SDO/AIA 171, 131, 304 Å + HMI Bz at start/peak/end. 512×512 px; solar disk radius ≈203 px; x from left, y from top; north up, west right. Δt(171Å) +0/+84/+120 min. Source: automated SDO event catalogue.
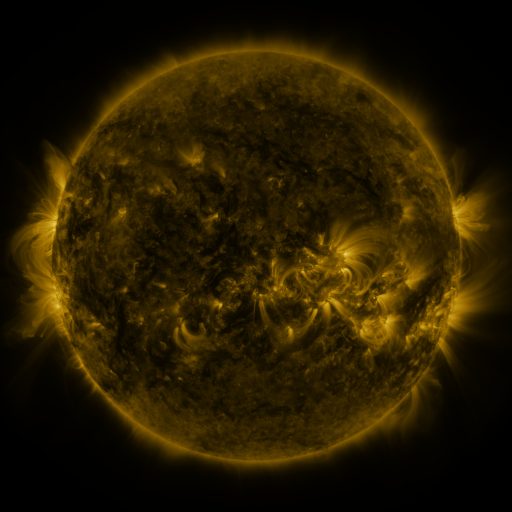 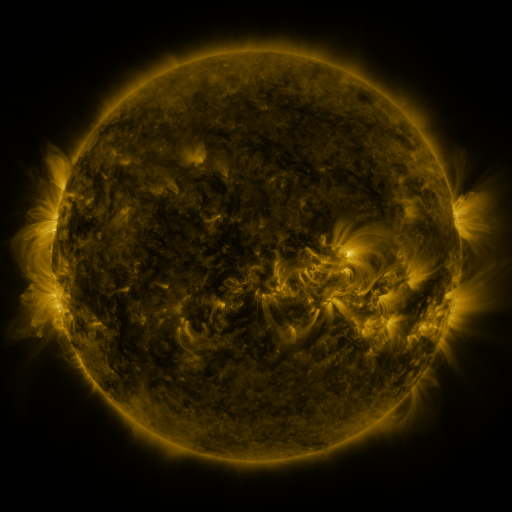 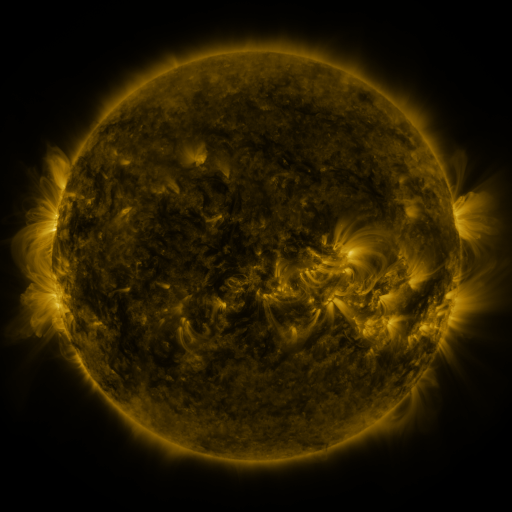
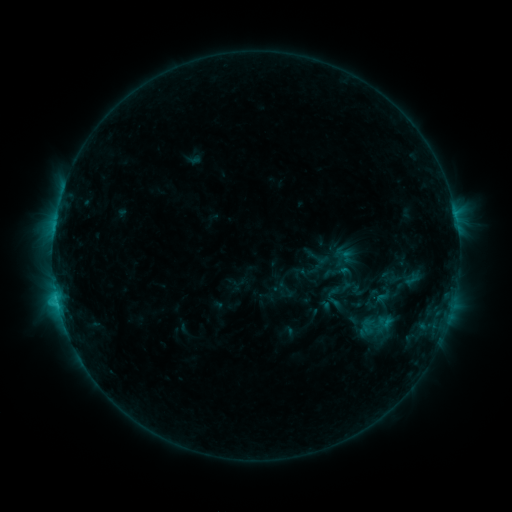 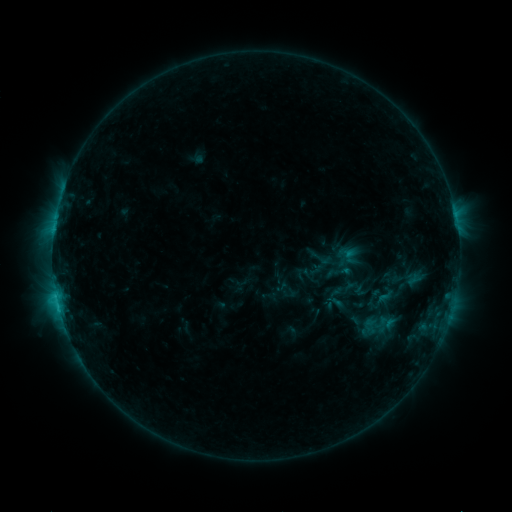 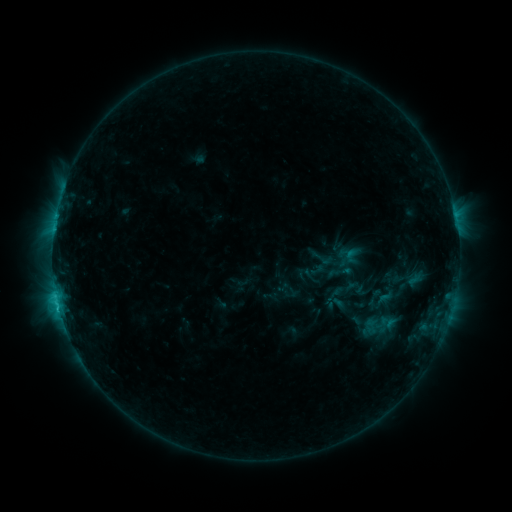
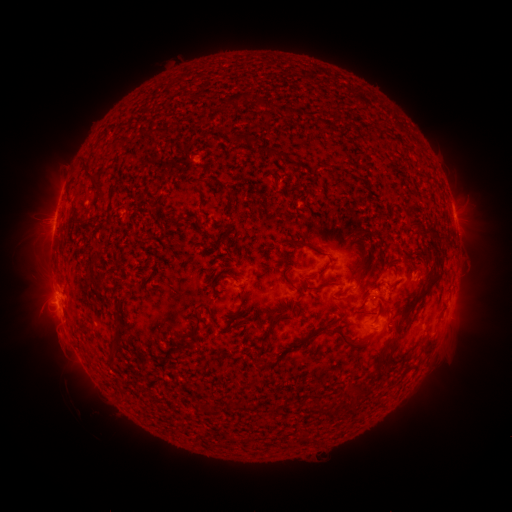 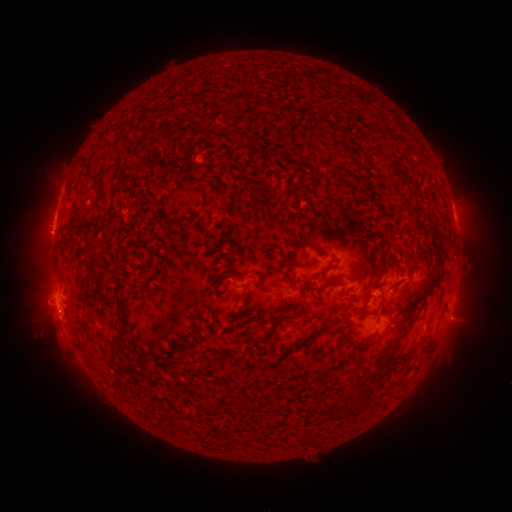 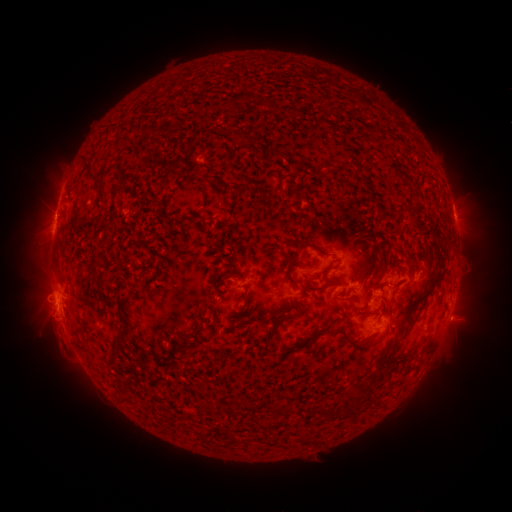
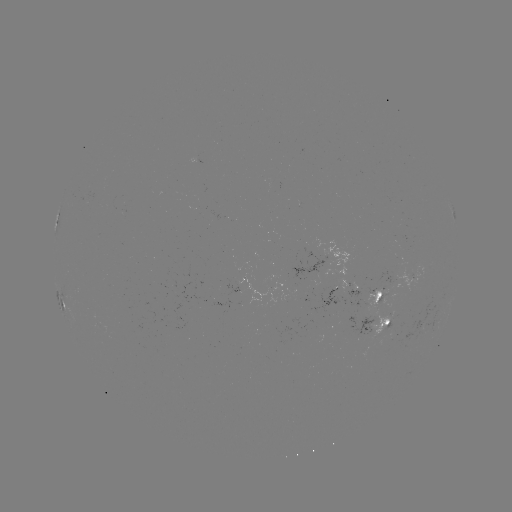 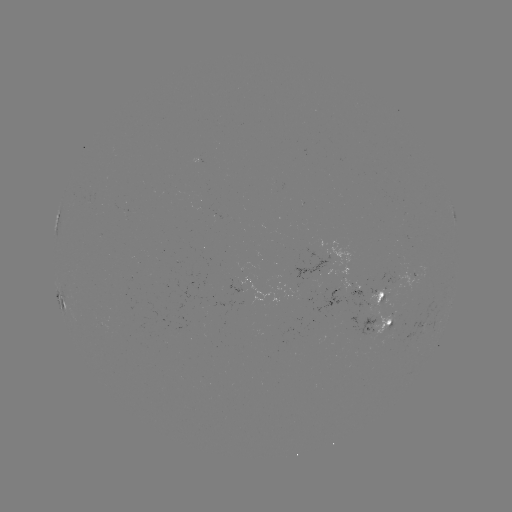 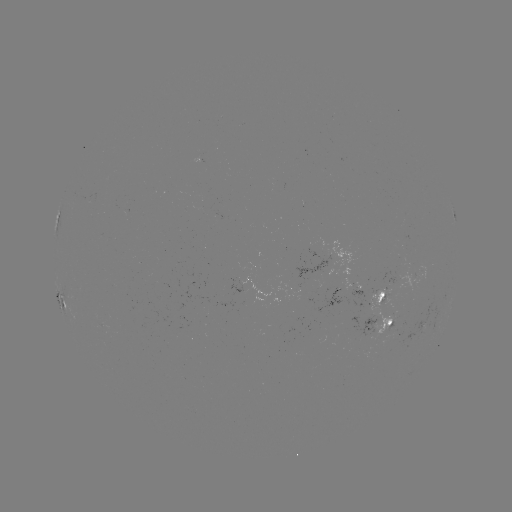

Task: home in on emerging-flux region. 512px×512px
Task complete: [320, 270].